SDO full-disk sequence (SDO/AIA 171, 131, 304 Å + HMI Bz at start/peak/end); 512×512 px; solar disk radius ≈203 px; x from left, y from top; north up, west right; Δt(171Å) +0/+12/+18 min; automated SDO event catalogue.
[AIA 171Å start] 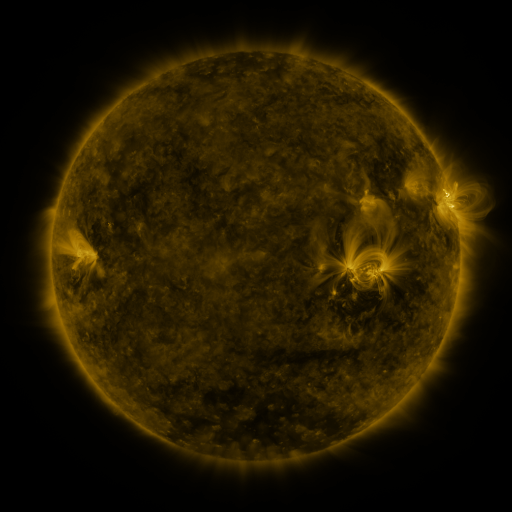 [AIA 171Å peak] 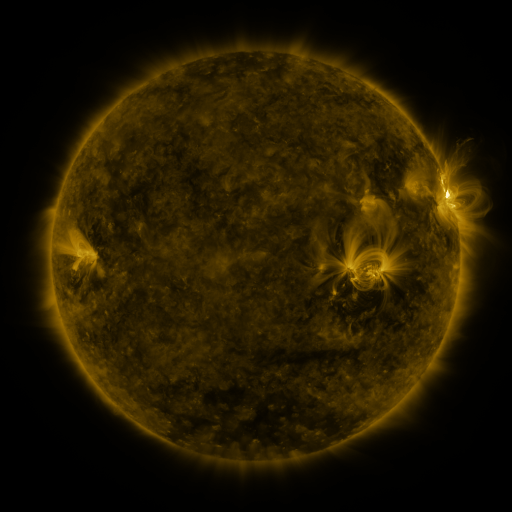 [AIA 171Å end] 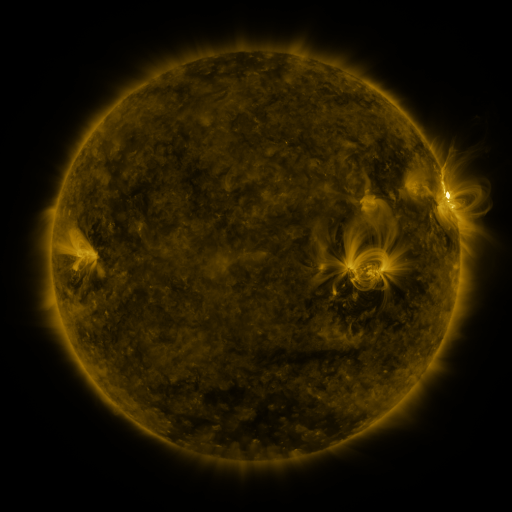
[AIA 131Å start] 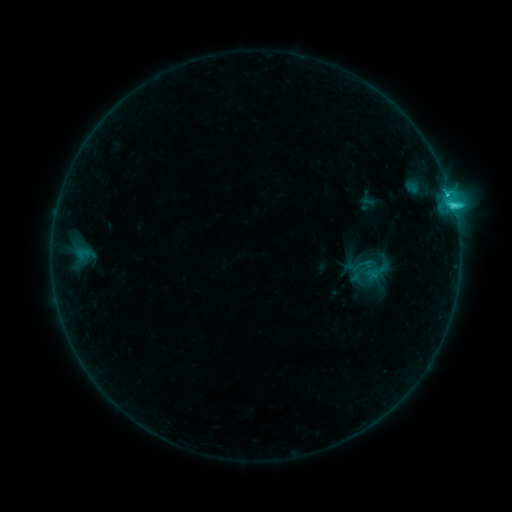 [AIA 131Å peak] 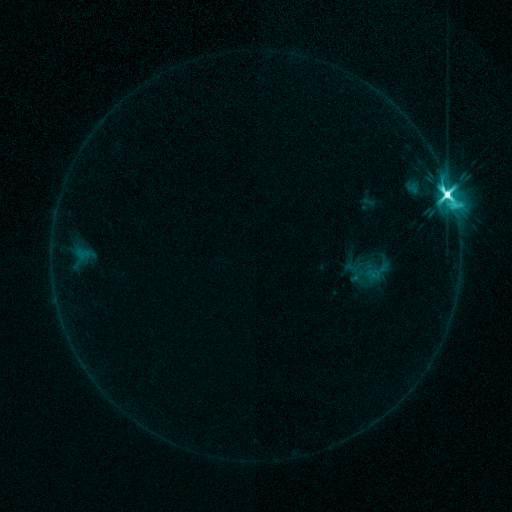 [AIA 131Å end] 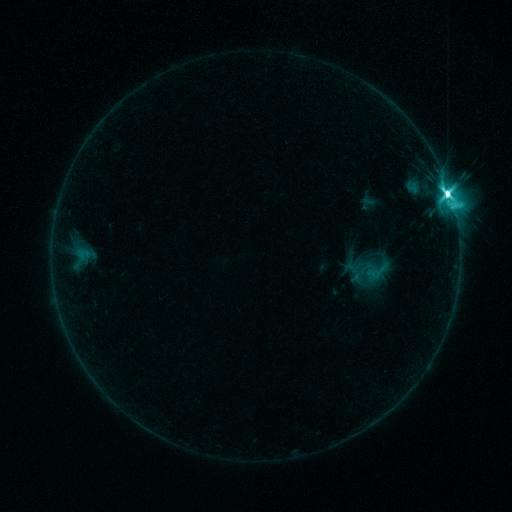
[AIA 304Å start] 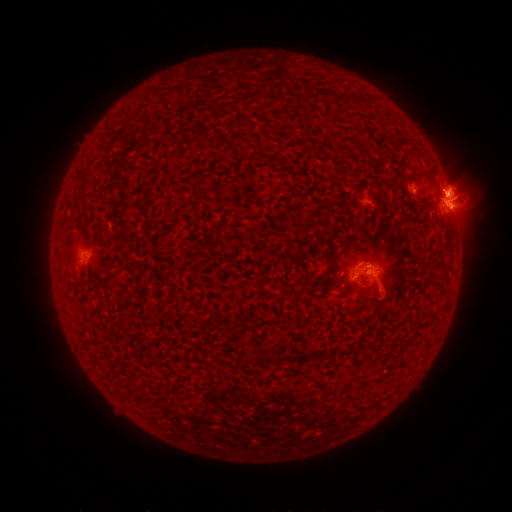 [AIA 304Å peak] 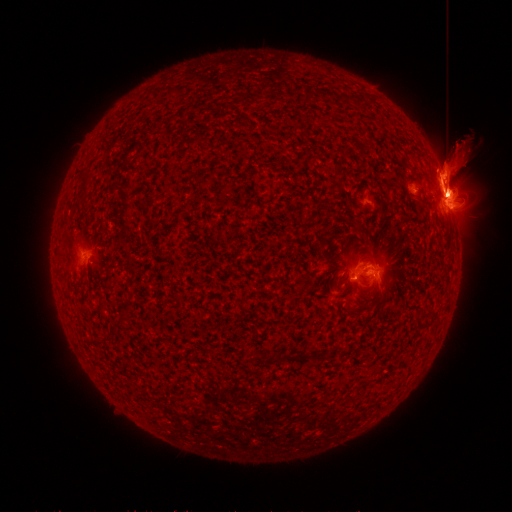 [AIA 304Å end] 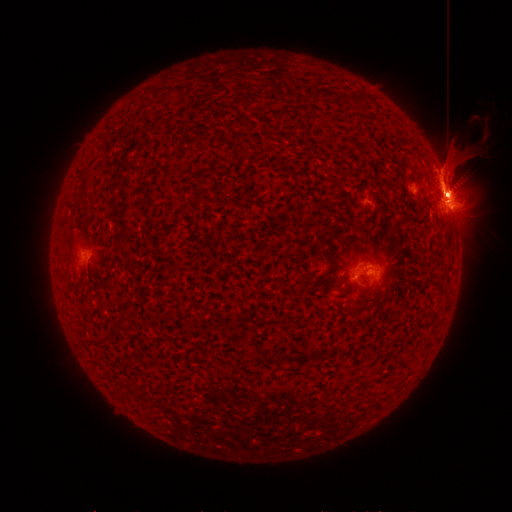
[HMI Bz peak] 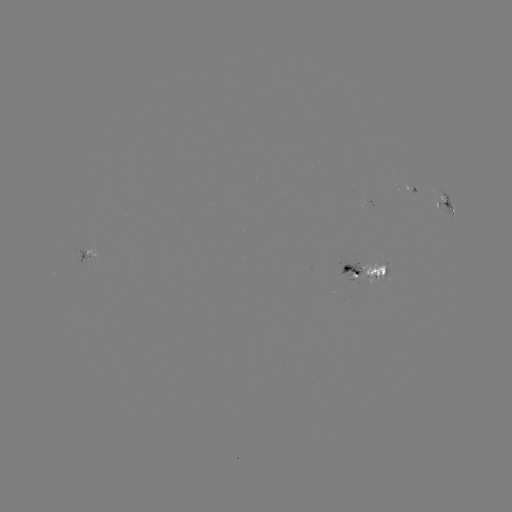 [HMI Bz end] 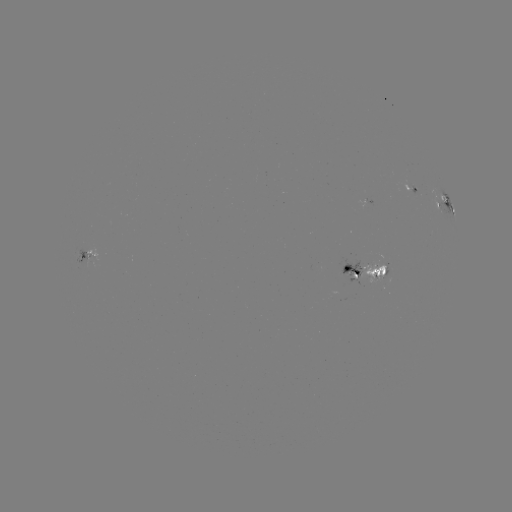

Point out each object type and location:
M5.8 flare: (447, 195)
